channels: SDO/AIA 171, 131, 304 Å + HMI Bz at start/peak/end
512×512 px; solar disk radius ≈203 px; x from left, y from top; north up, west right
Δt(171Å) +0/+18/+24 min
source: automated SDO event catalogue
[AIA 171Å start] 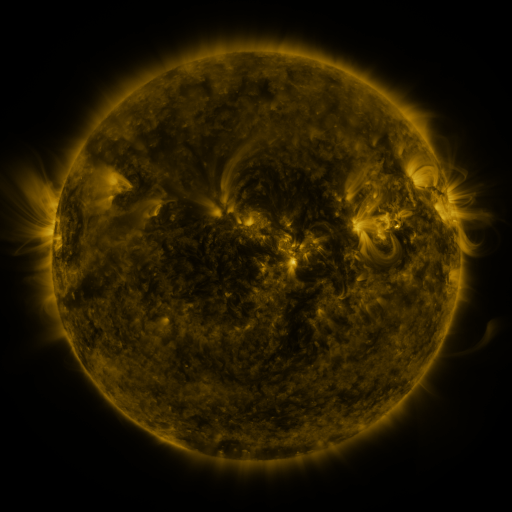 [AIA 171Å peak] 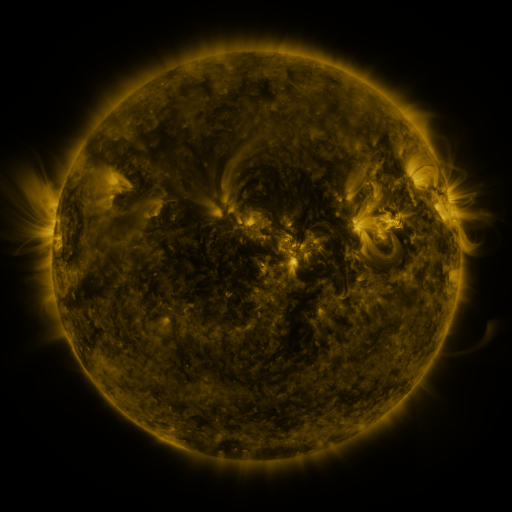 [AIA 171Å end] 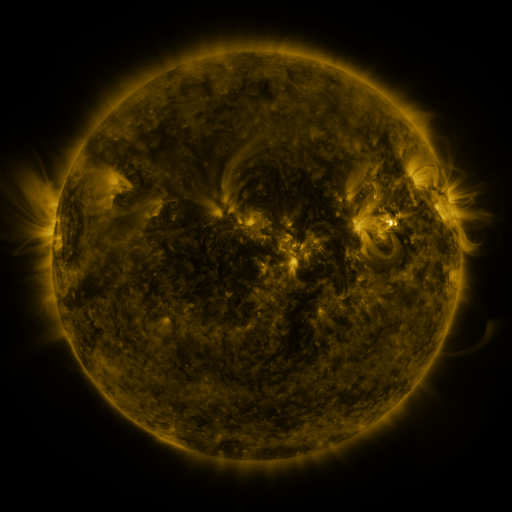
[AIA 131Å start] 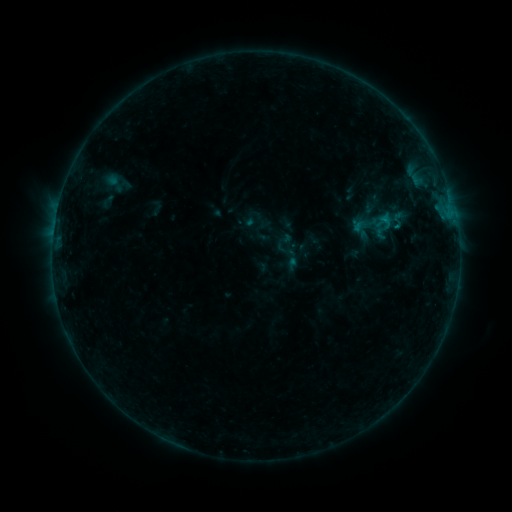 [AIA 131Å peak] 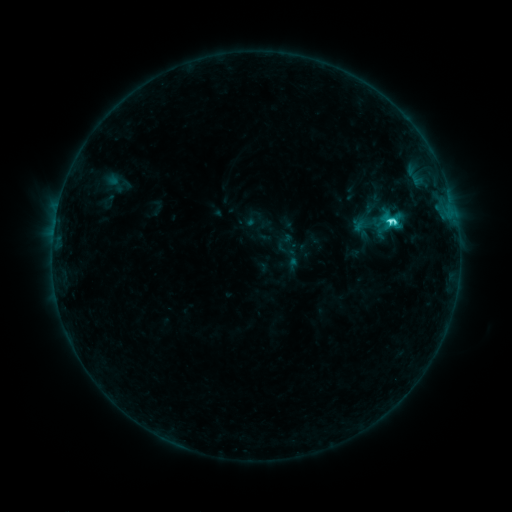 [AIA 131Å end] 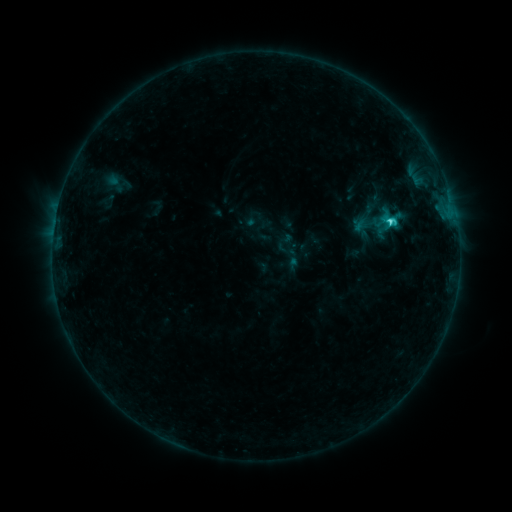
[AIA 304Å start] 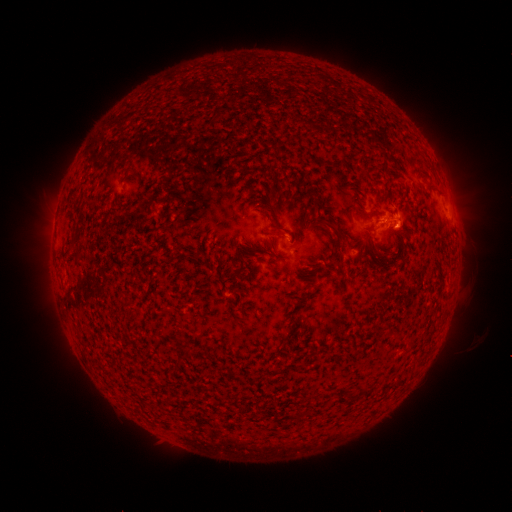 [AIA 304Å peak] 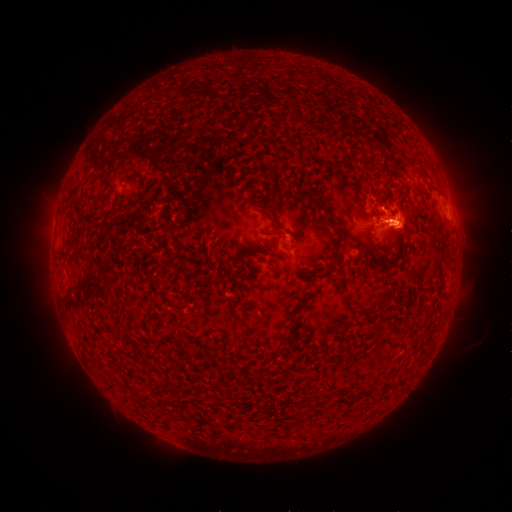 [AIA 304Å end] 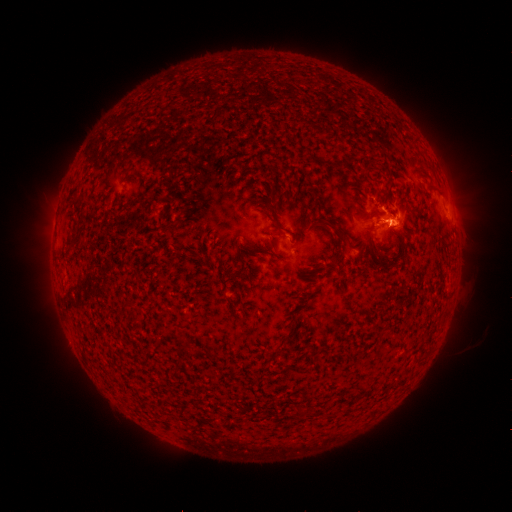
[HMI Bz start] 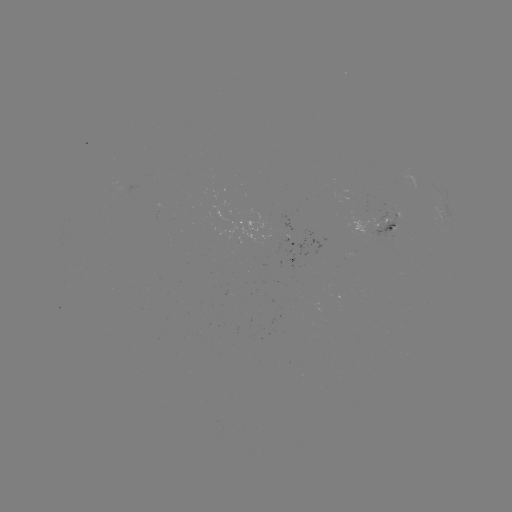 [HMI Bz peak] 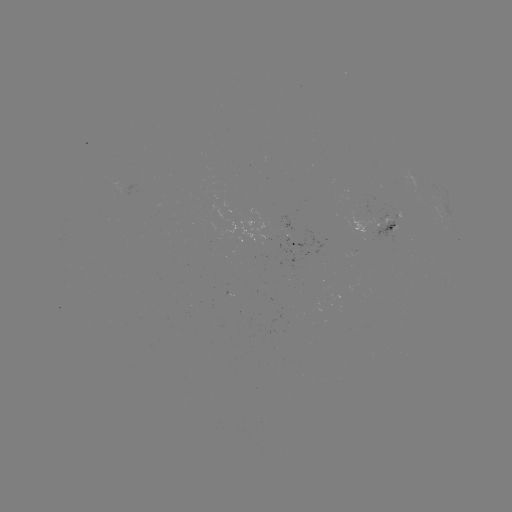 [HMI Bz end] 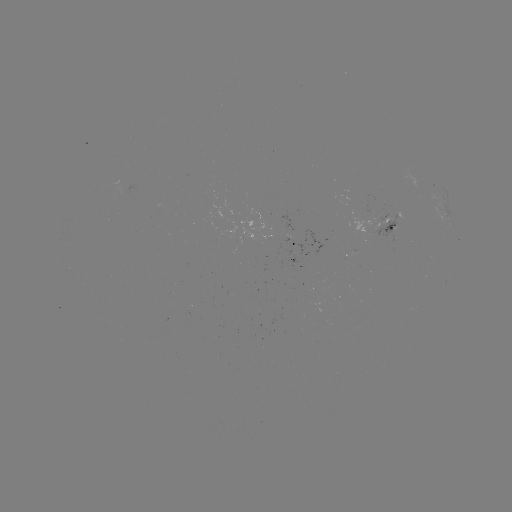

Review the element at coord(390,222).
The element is C3.6 flare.